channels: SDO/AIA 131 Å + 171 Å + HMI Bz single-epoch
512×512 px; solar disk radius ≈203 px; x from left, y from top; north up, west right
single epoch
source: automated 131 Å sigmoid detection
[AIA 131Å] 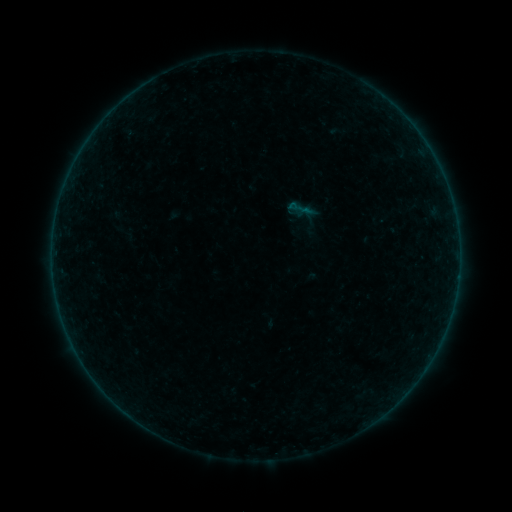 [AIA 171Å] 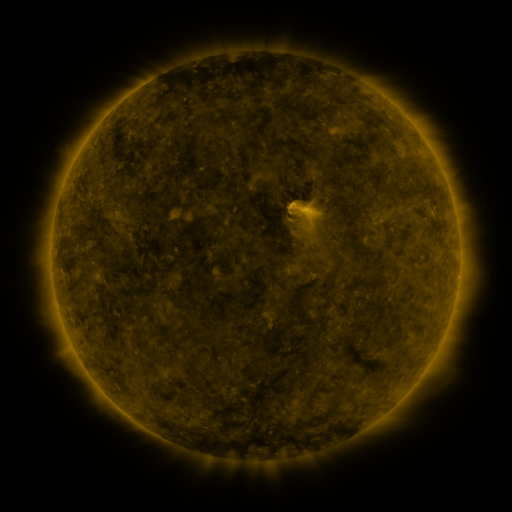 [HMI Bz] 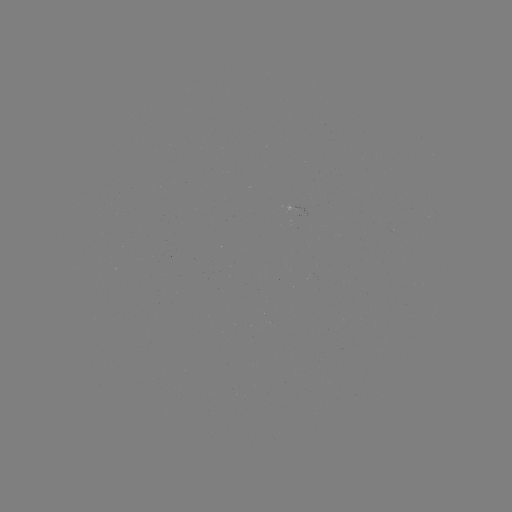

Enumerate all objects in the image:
sigmoid: (301, 208)
